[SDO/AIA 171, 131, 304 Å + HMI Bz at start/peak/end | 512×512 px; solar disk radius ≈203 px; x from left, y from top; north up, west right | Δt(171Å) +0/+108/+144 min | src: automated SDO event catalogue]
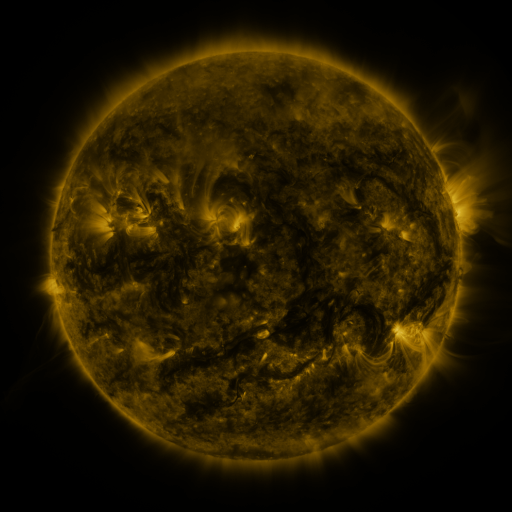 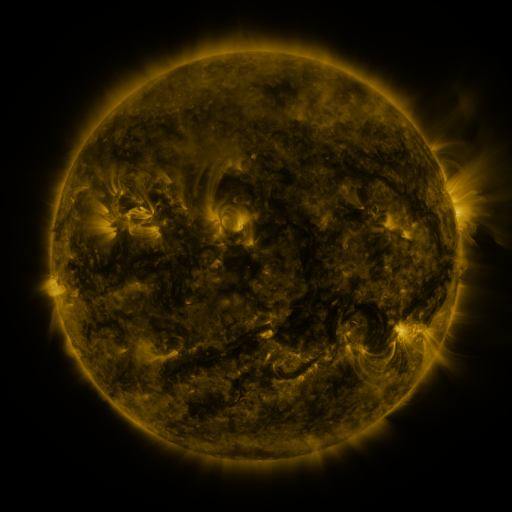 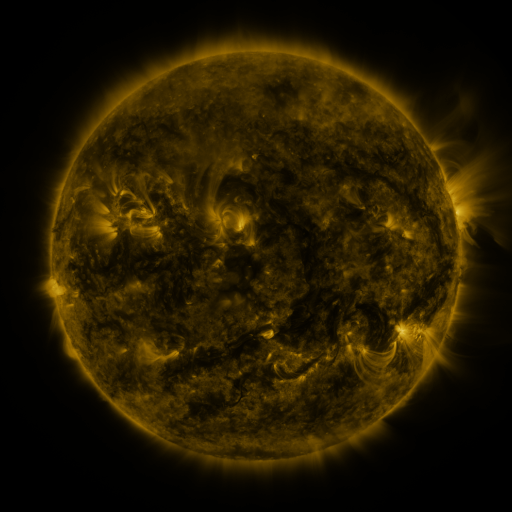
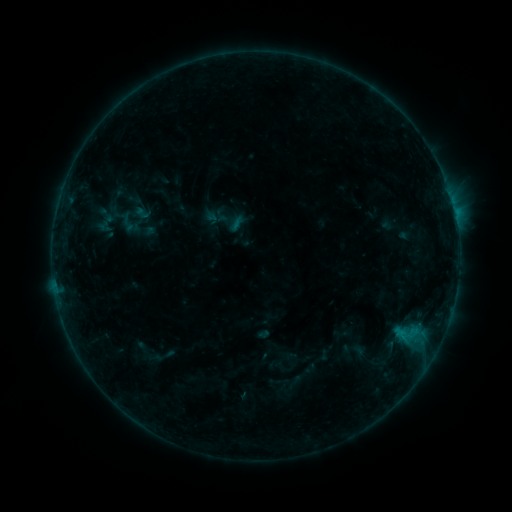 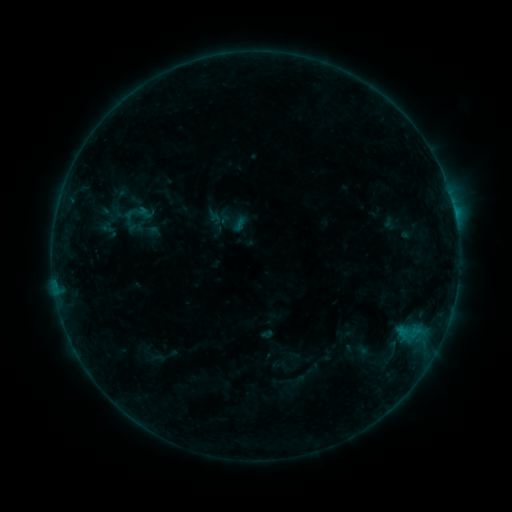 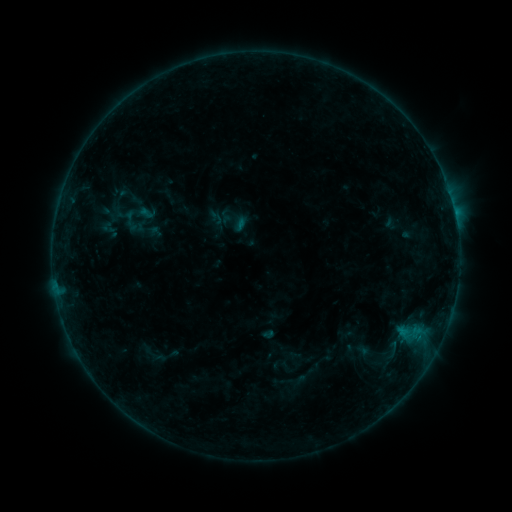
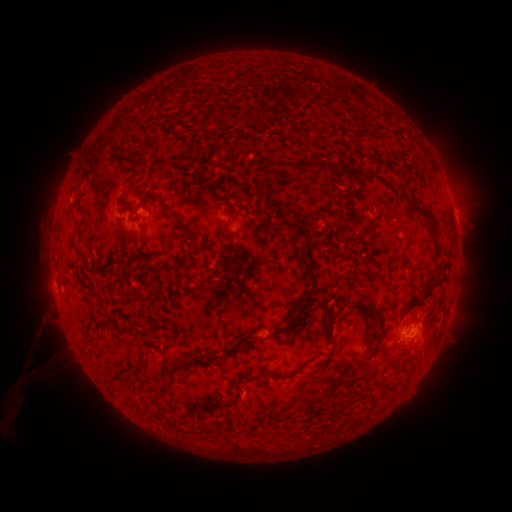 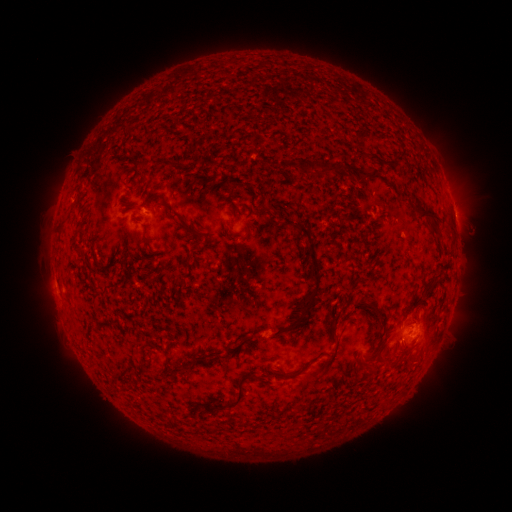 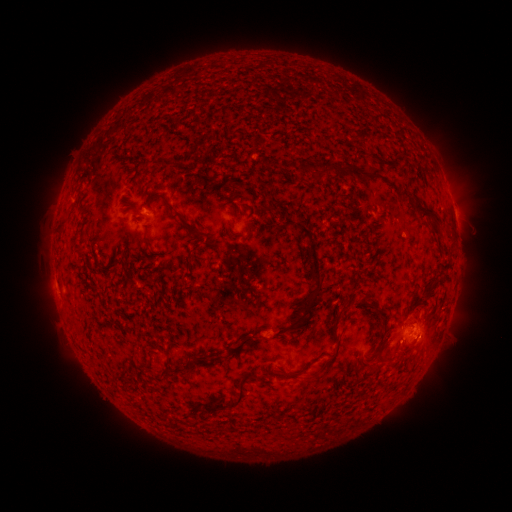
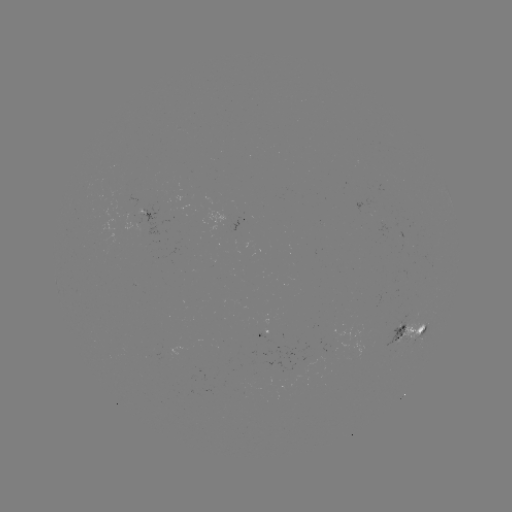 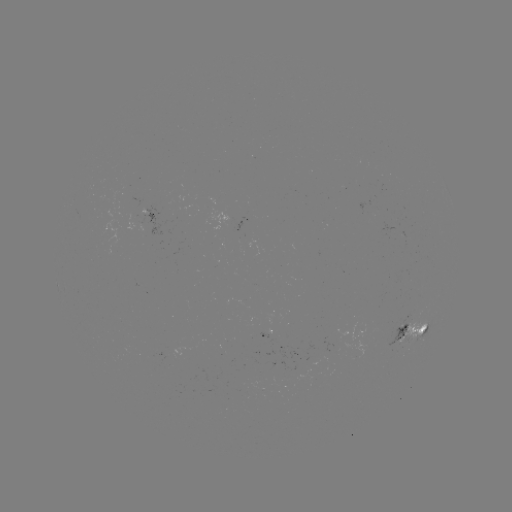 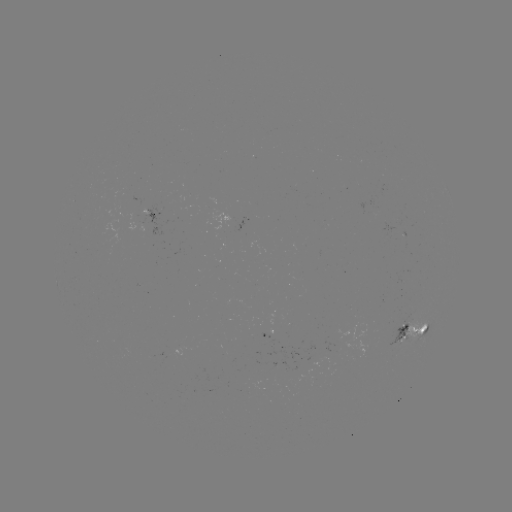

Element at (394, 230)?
emerging-flux region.